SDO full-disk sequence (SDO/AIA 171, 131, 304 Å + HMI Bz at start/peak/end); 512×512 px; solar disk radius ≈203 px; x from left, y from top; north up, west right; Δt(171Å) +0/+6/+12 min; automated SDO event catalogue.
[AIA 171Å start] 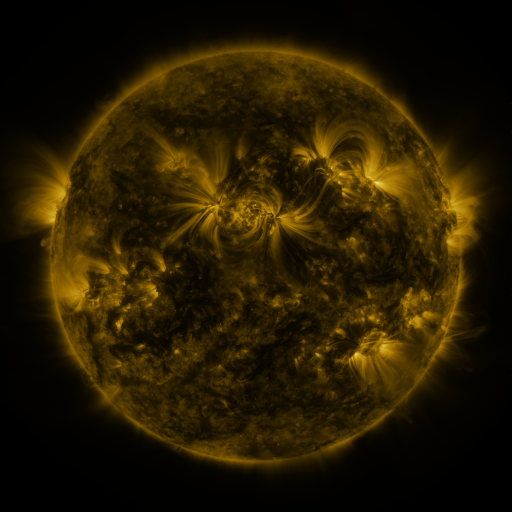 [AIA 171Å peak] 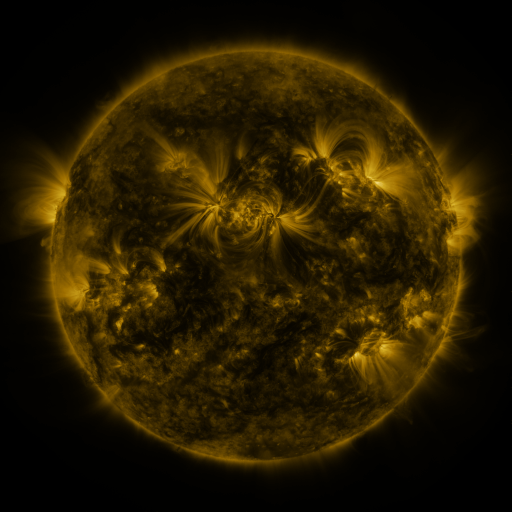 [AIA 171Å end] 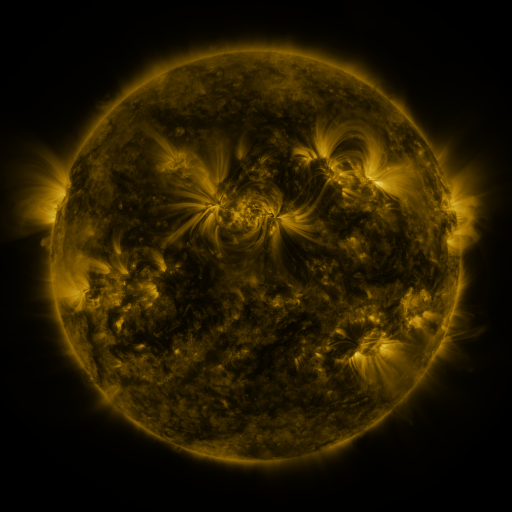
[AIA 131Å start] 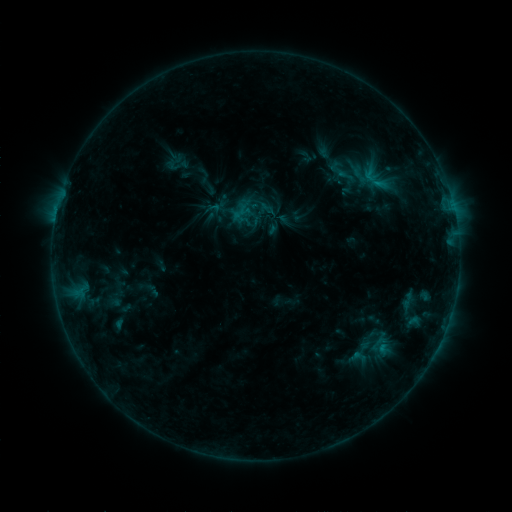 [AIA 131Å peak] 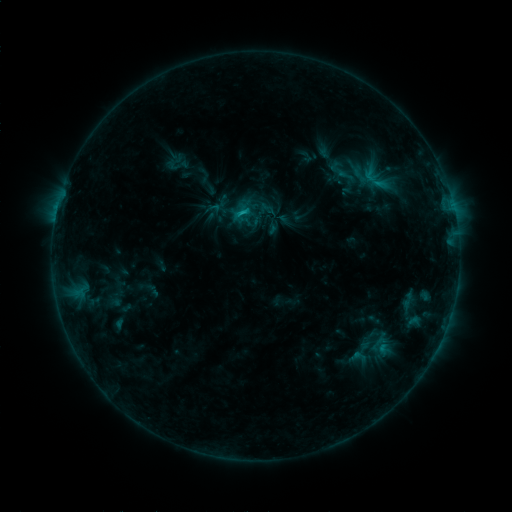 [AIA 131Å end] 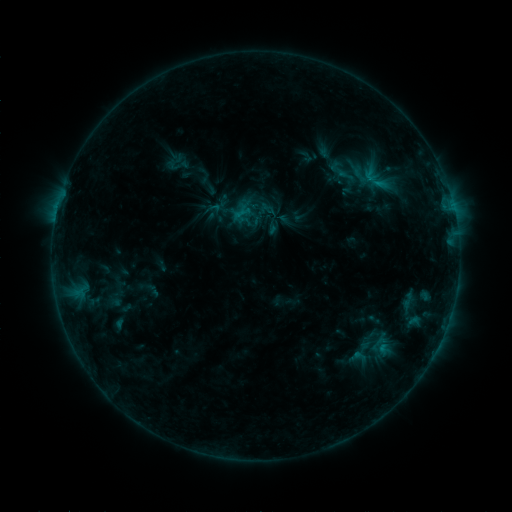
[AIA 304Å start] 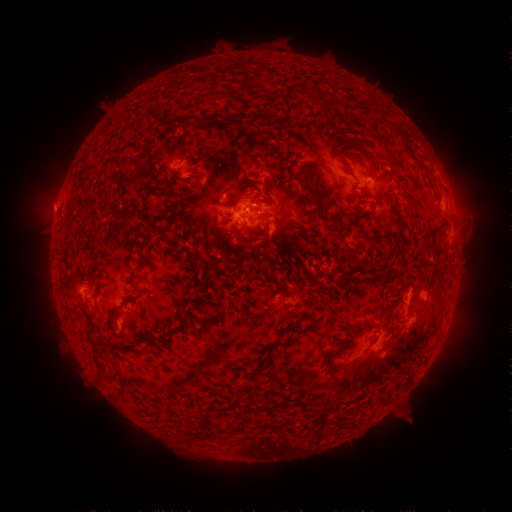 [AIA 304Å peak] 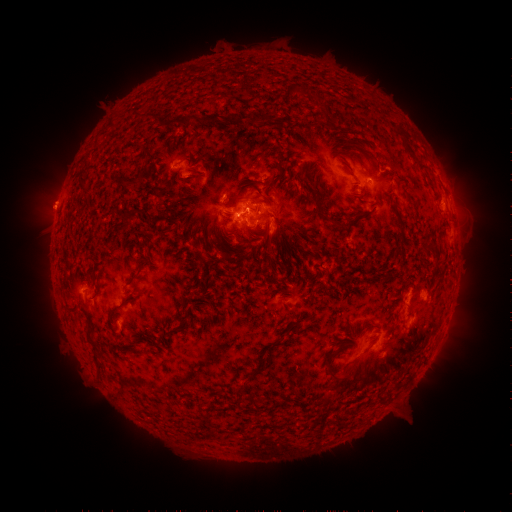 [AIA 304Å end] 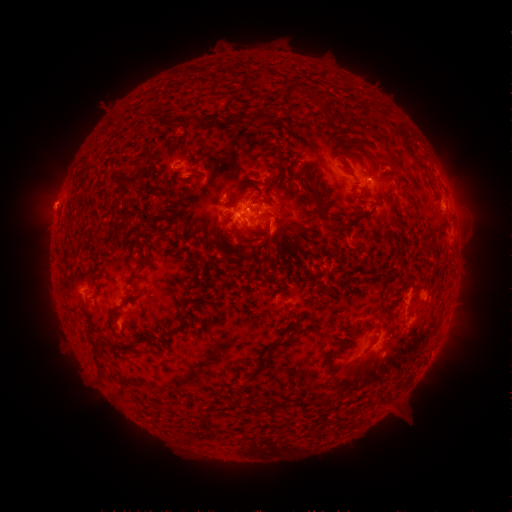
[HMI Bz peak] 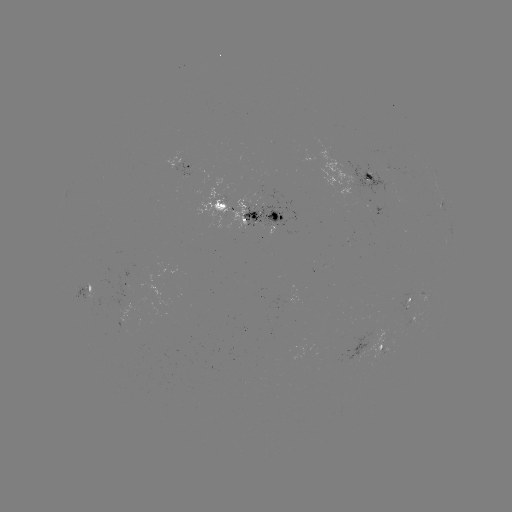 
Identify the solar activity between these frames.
B8.1 flare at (241, 215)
